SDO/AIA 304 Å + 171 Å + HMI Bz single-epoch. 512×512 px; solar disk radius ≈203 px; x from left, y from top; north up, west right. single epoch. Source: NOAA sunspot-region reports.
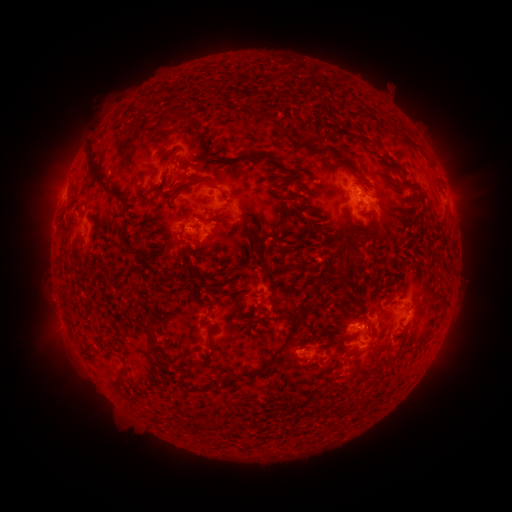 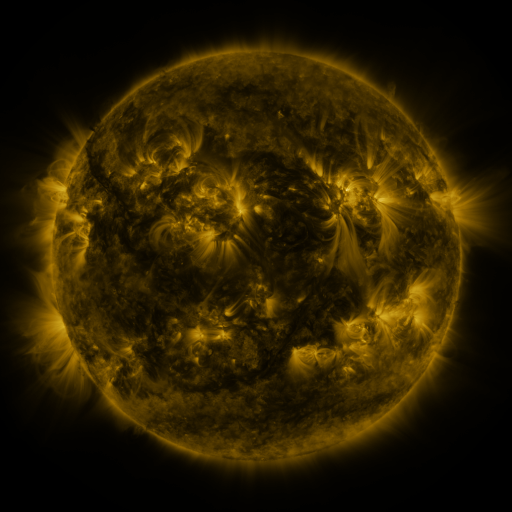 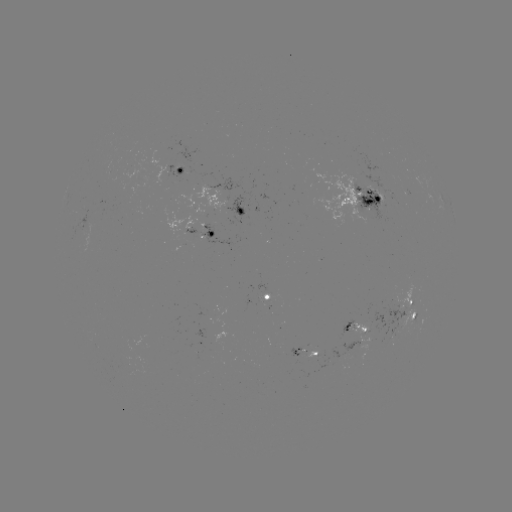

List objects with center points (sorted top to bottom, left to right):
spotted active region: (184, 173)
spotted active region: (361, 199)
spotted active region: (204, 214)
spotted active region: (207, 239)
spotted active region: (270, 299)
spotted active region: (410, 309)
spotted active region: (355, 332)
spotted active region: (306, 352)
